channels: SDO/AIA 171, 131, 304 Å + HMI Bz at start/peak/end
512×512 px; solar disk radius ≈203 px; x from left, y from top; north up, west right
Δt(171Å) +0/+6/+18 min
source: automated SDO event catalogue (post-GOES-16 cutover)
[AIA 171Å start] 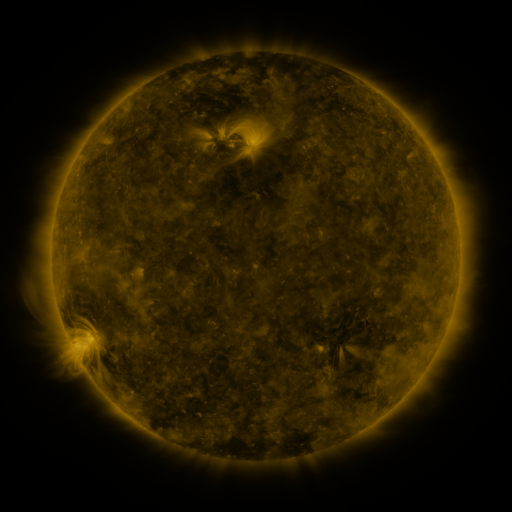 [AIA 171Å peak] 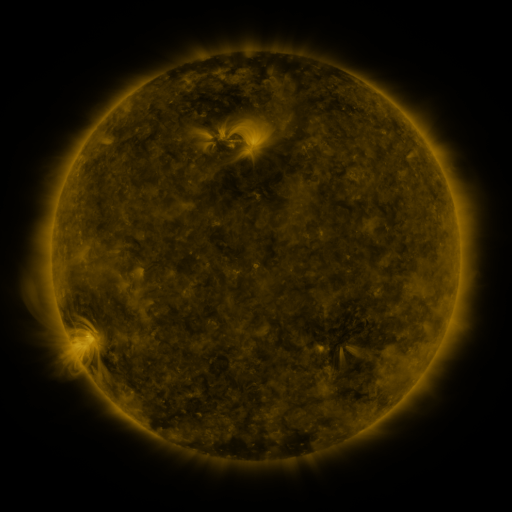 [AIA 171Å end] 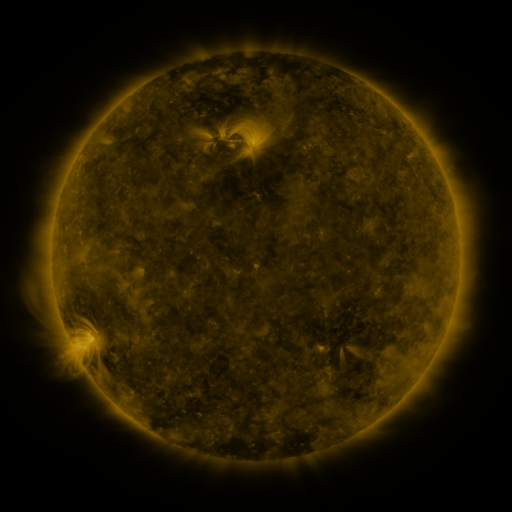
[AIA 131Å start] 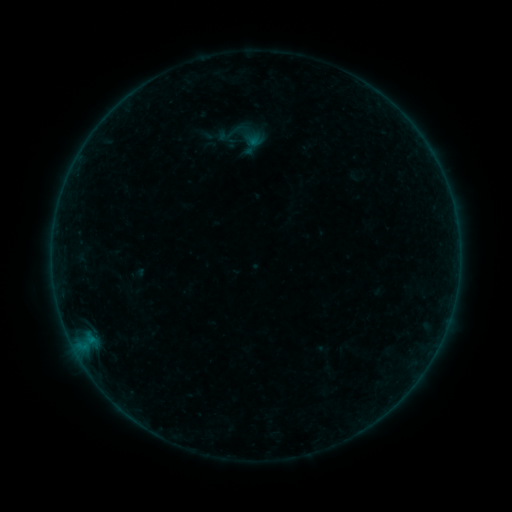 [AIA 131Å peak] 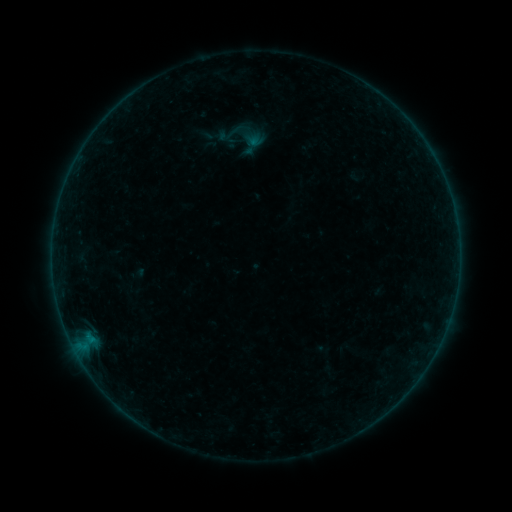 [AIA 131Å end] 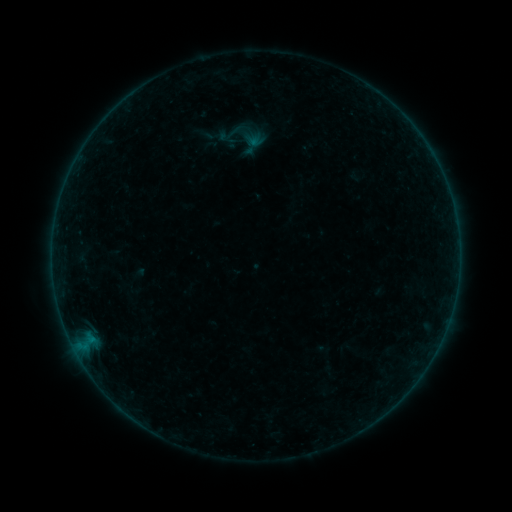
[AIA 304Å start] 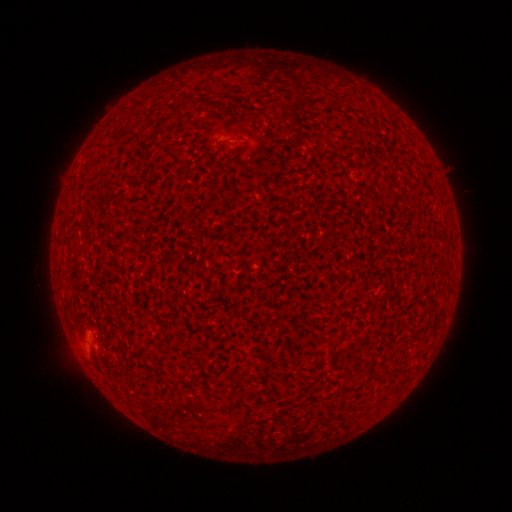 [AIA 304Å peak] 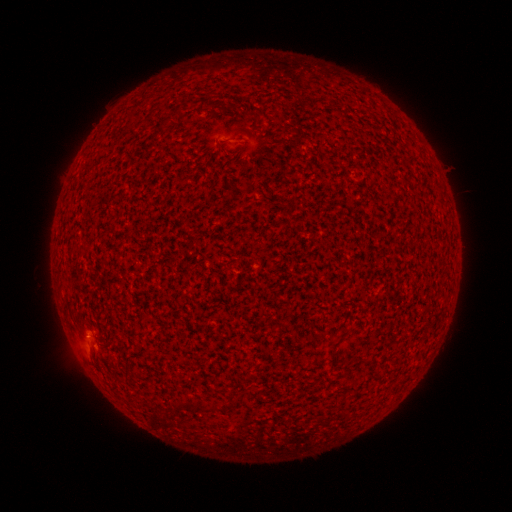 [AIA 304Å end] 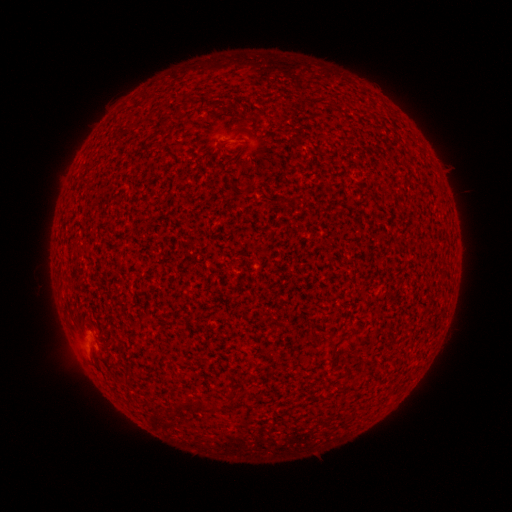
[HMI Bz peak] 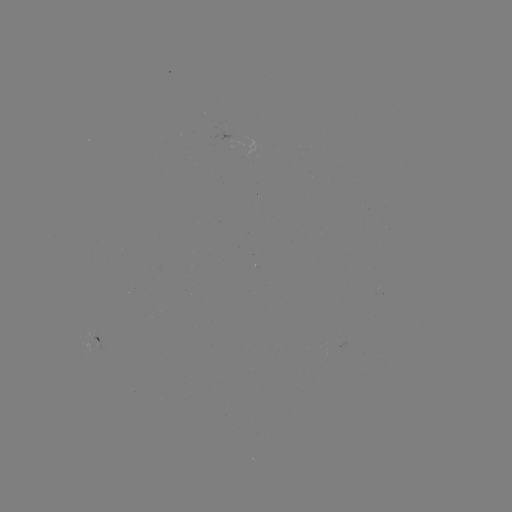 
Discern A4.8 flare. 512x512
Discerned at (241, 287).